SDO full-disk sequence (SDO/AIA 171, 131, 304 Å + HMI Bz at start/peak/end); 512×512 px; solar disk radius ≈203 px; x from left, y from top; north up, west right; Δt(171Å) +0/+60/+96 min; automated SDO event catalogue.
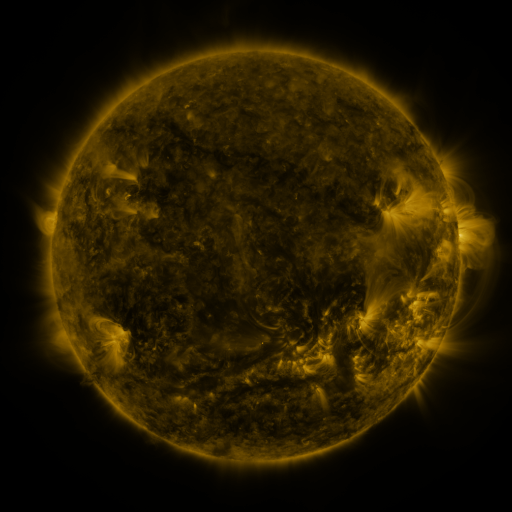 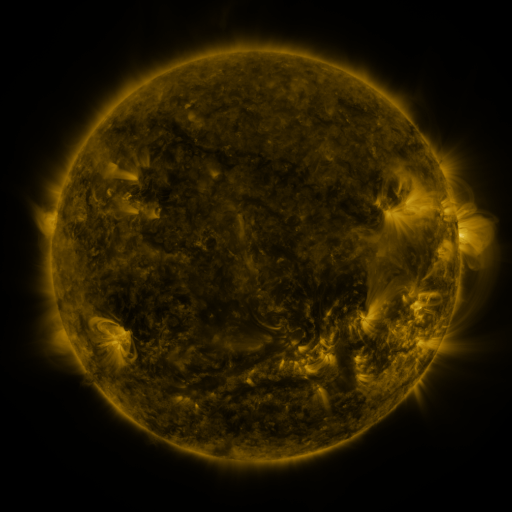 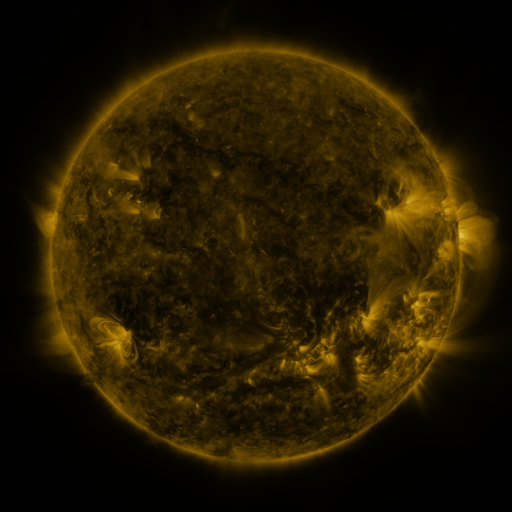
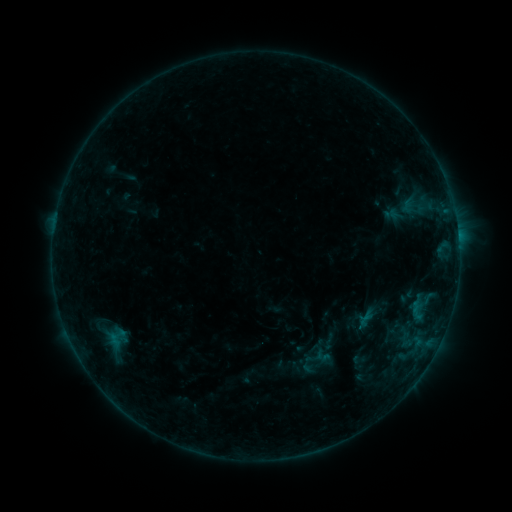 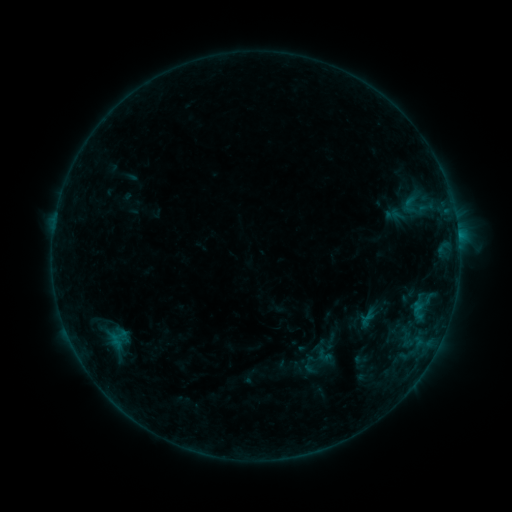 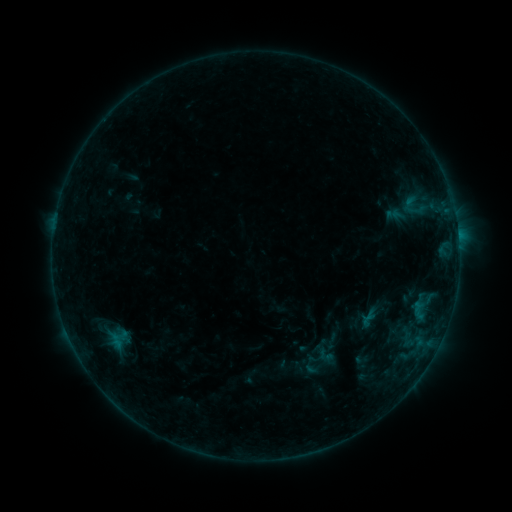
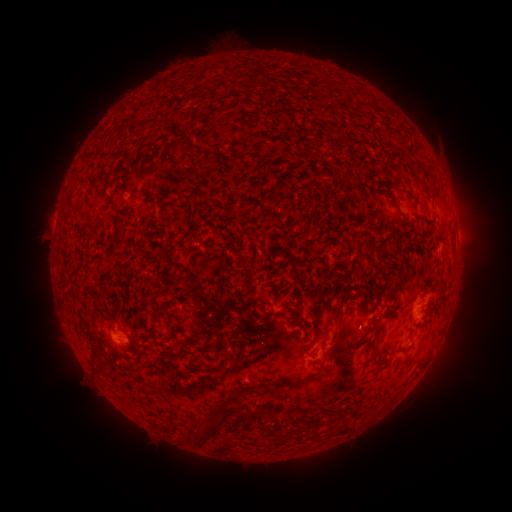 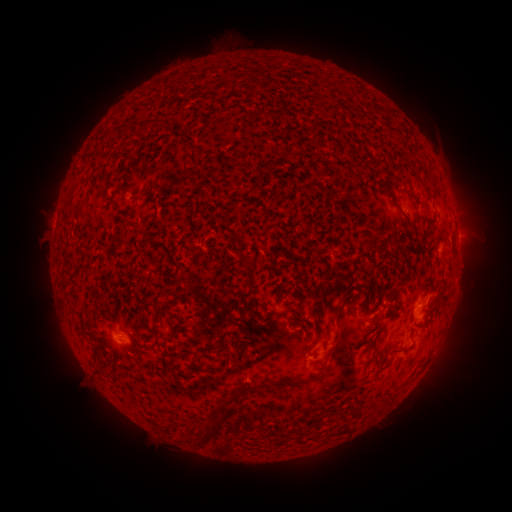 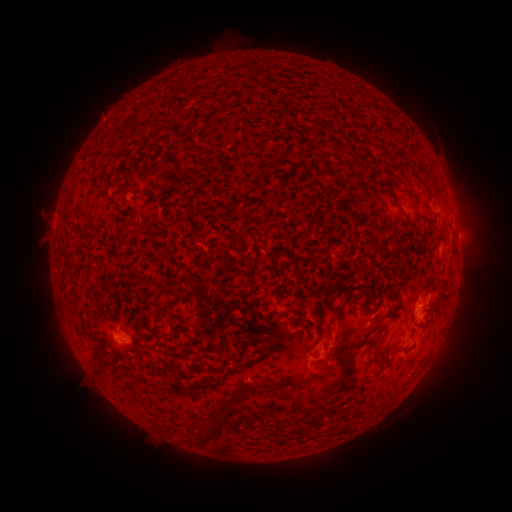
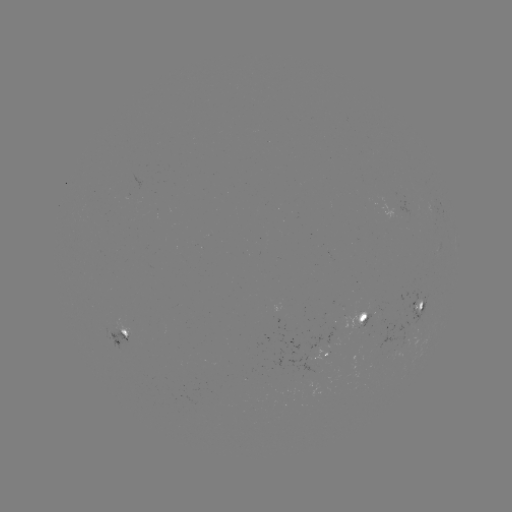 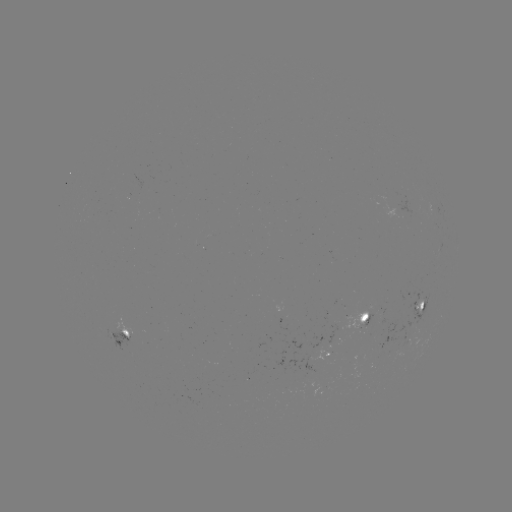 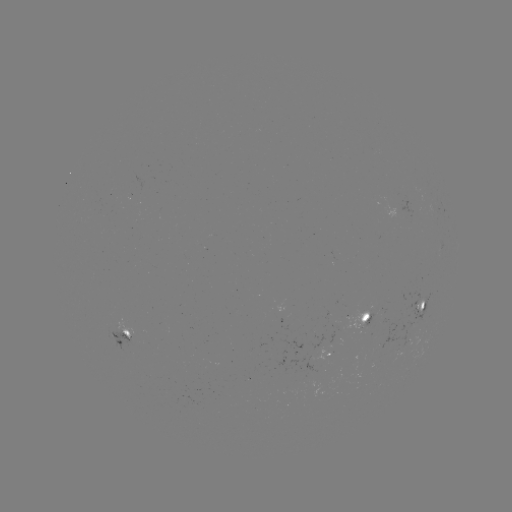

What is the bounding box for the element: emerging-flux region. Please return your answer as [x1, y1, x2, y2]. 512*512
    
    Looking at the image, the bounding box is [303, 351, 330, 361].